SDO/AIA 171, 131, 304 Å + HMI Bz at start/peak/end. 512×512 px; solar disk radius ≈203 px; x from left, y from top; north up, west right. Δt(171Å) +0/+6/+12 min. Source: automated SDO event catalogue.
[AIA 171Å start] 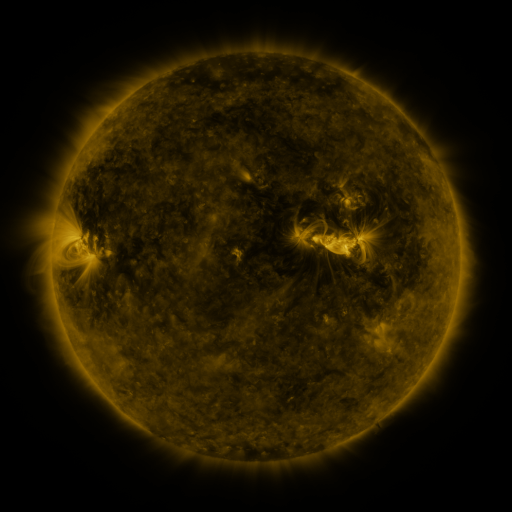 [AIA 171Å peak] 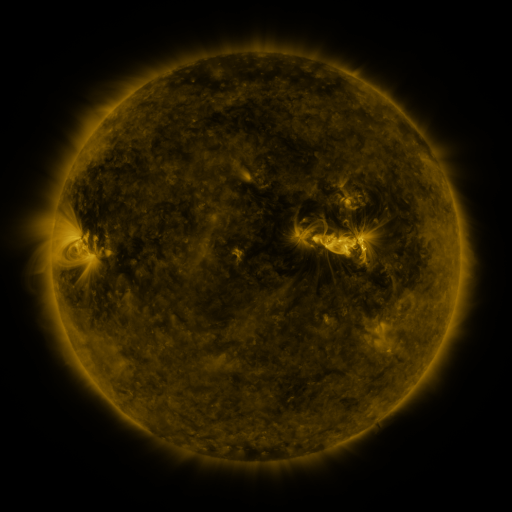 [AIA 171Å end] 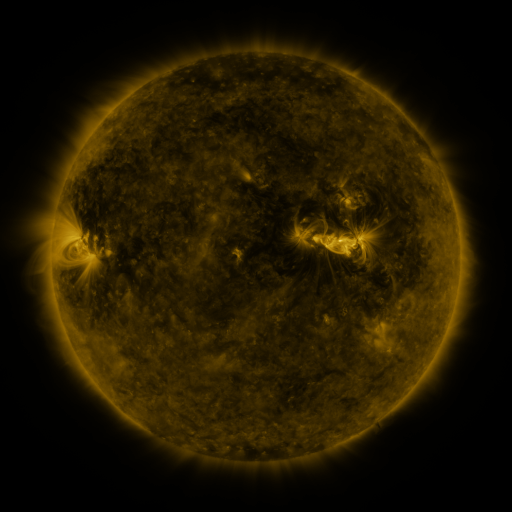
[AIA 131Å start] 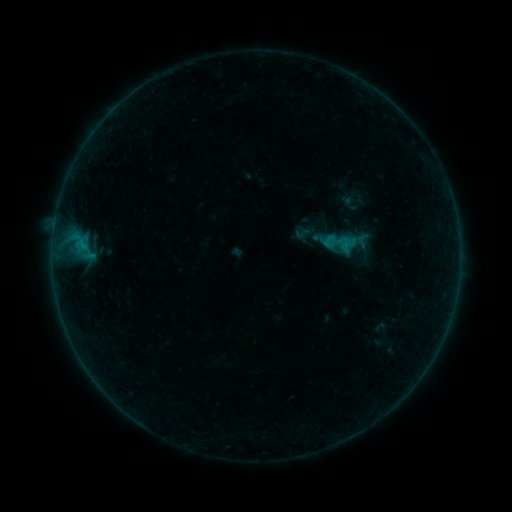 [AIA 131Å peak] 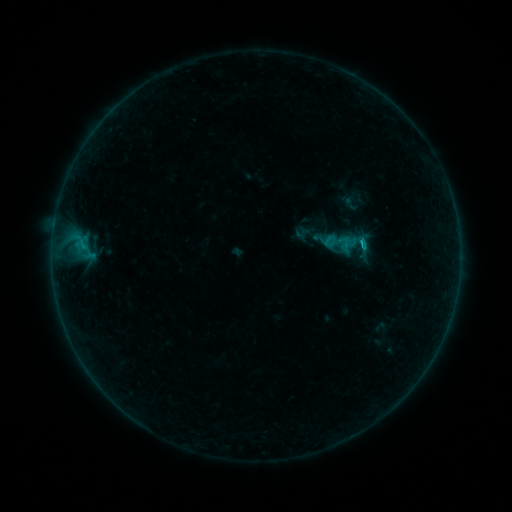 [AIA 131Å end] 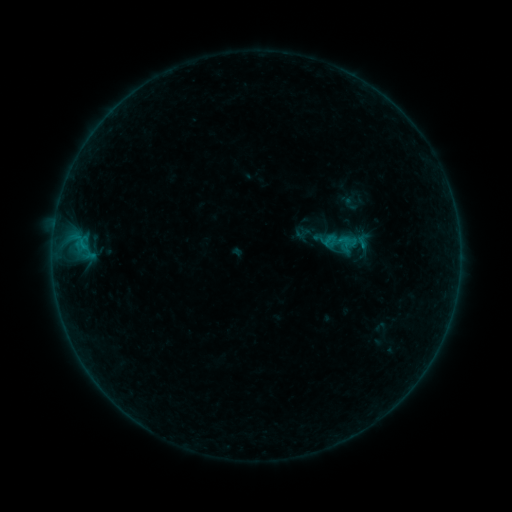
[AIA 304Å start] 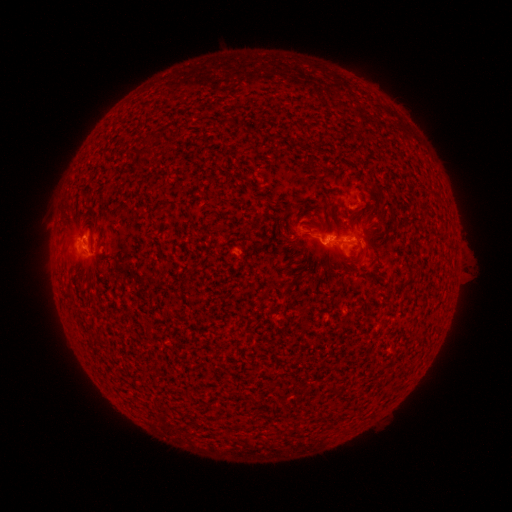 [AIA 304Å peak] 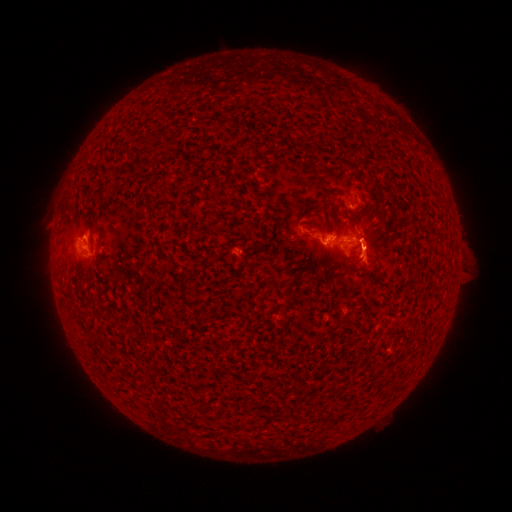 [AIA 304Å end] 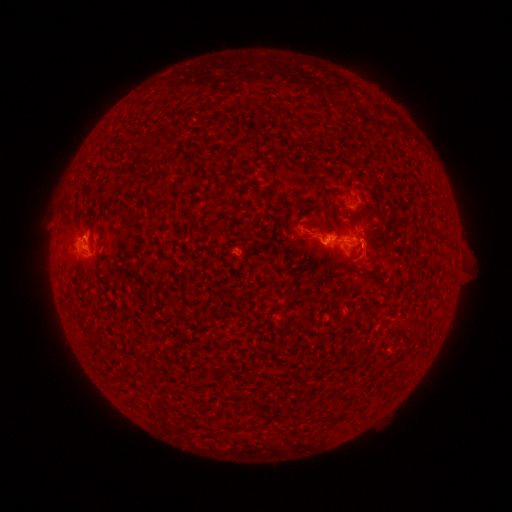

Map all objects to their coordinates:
eruption: (368, 256)
